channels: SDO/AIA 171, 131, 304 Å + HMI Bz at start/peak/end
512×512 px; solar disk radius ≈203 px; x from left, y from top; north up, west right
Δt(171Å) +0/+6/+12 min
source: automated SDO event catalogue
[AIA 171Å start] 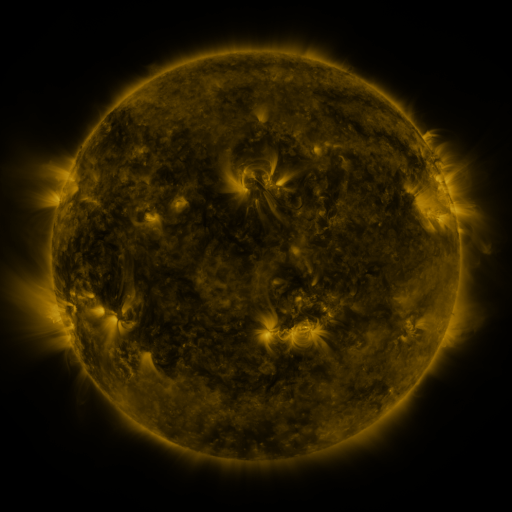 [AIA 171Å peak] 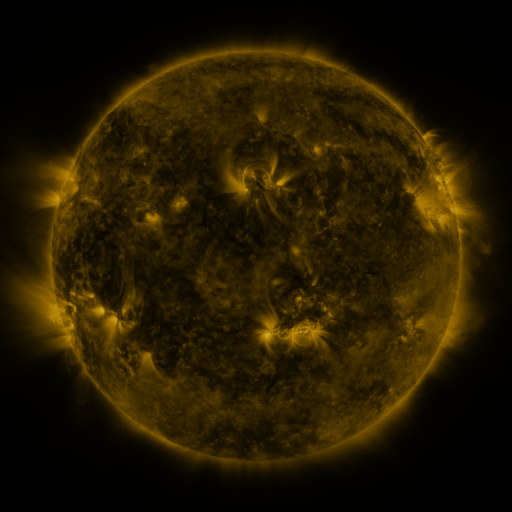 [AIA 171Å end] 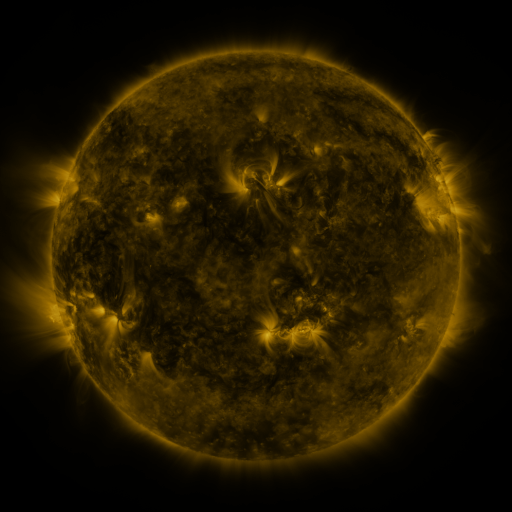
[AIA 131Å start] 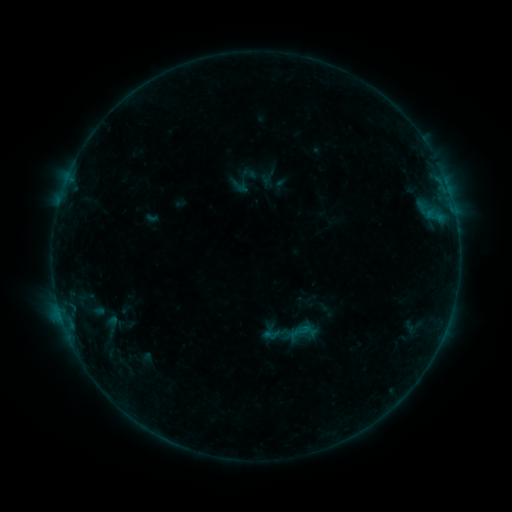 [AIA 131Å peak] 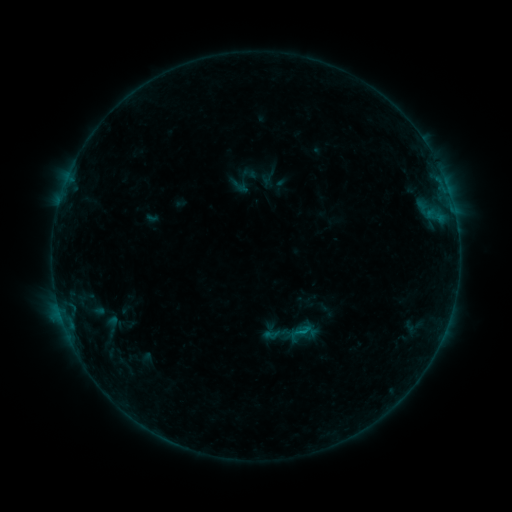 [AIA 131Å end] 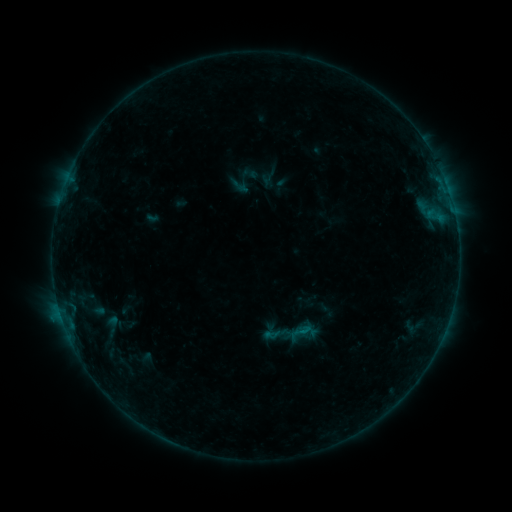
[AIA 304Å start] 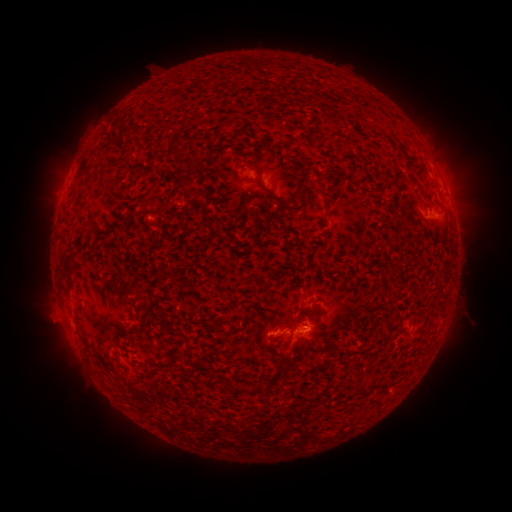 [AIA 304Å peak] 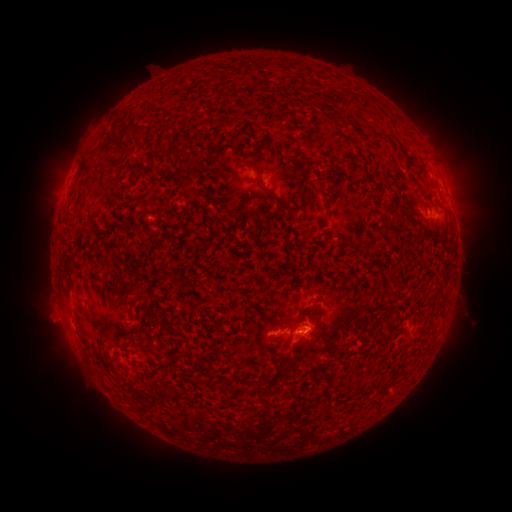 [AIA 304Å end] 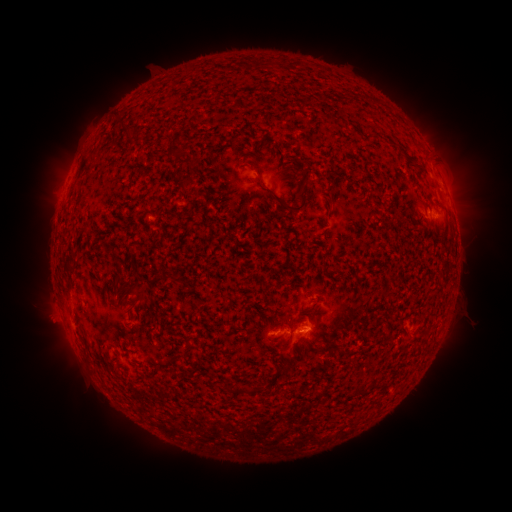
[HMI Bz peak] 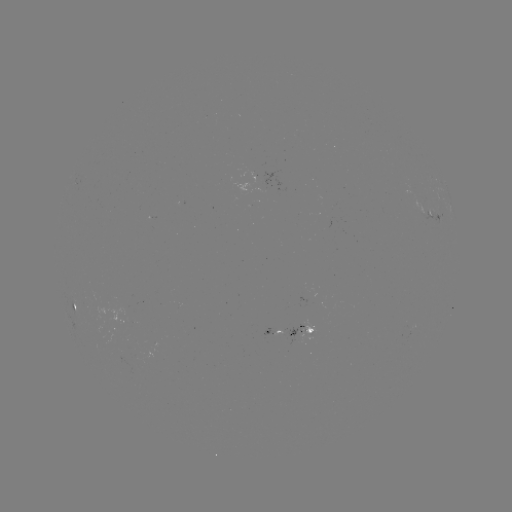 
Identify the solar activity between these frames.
B3.0 flare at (301, 331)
